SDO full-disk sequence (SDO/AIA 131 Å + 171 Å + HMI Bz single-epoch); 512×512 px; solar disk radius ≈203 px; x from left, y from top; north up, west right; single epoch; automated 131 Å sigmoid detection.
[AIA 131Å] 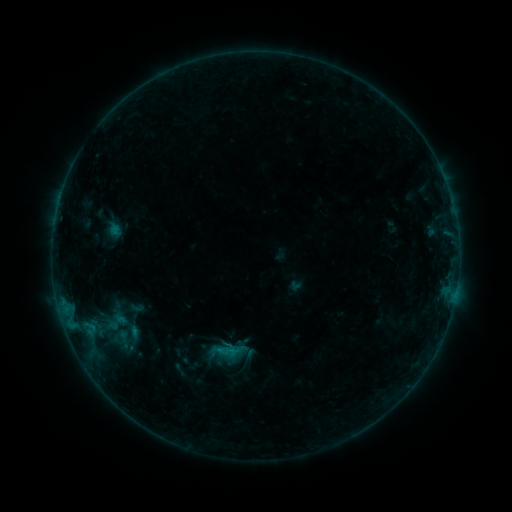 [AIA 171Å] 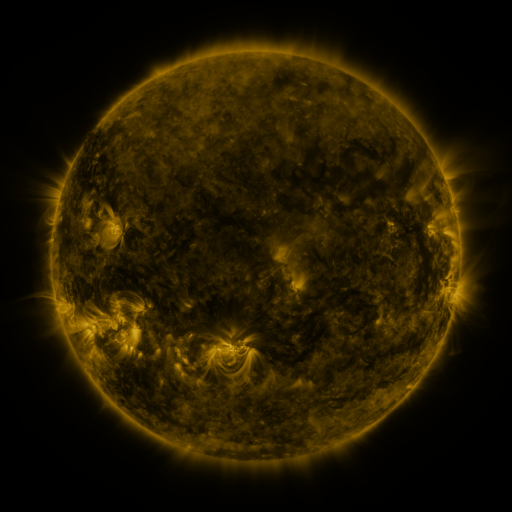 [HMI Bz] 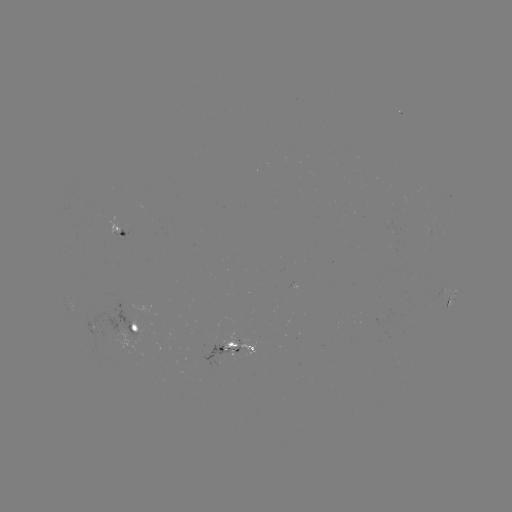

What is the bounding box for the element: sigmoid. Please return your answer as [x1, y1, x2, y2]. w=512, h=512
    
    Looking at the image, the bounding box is [213, 336, 245, 366].